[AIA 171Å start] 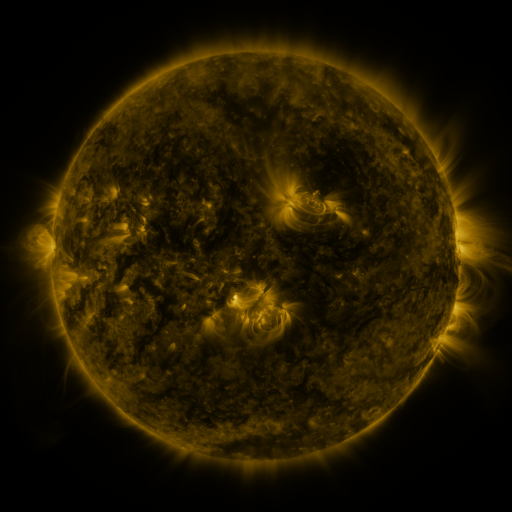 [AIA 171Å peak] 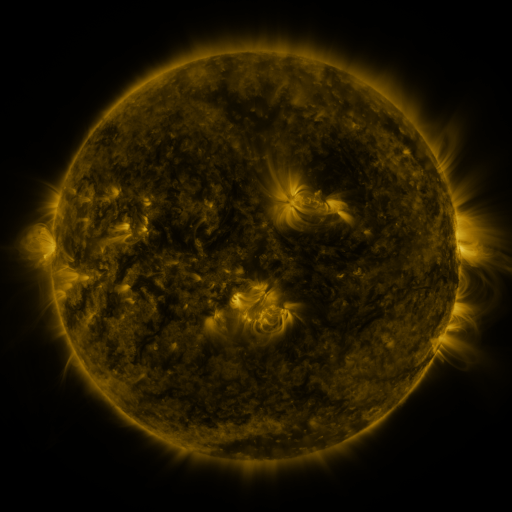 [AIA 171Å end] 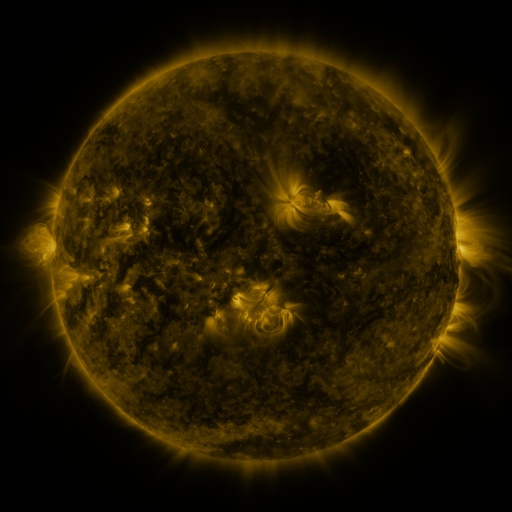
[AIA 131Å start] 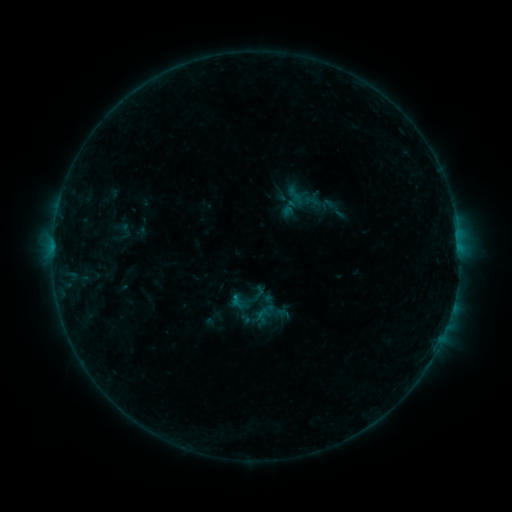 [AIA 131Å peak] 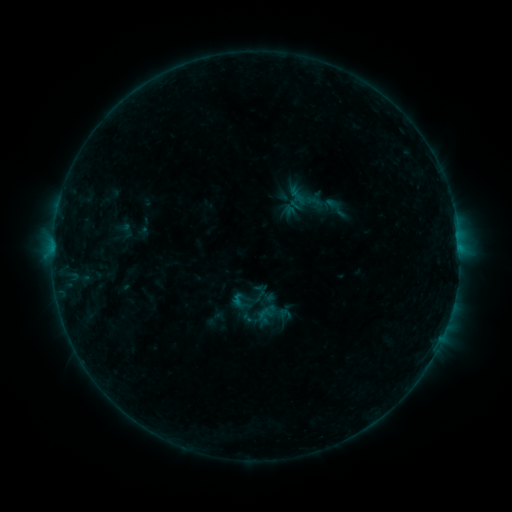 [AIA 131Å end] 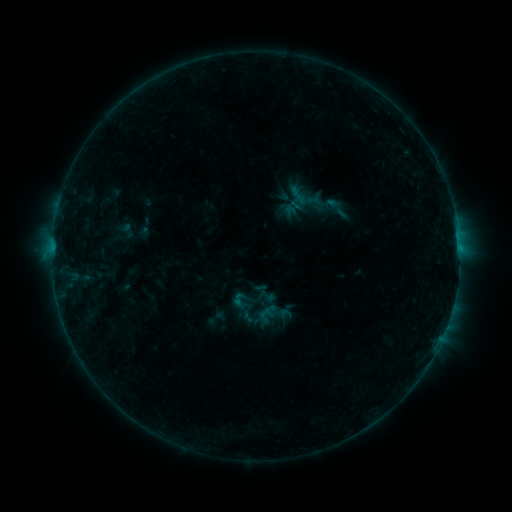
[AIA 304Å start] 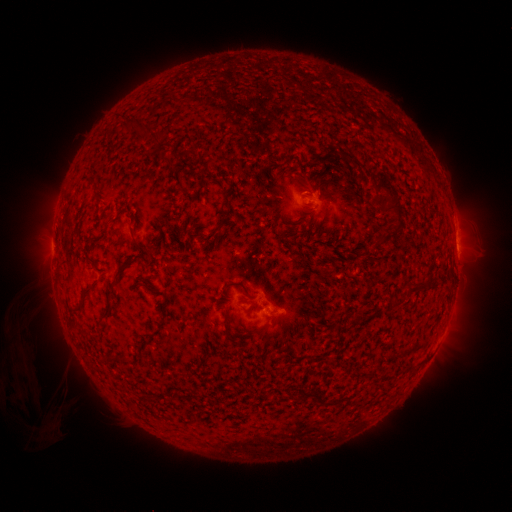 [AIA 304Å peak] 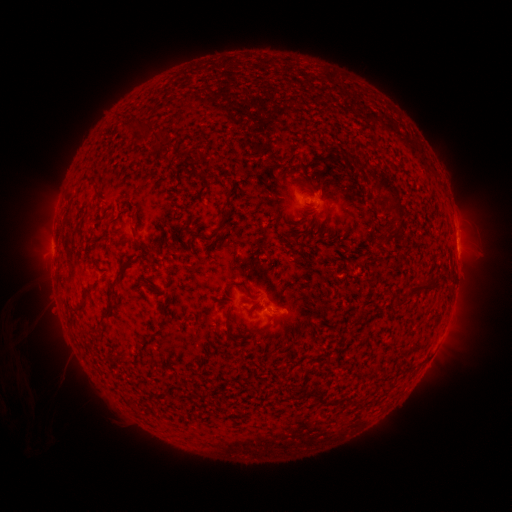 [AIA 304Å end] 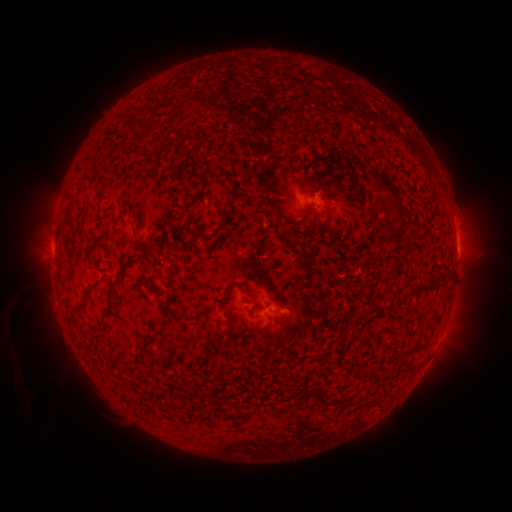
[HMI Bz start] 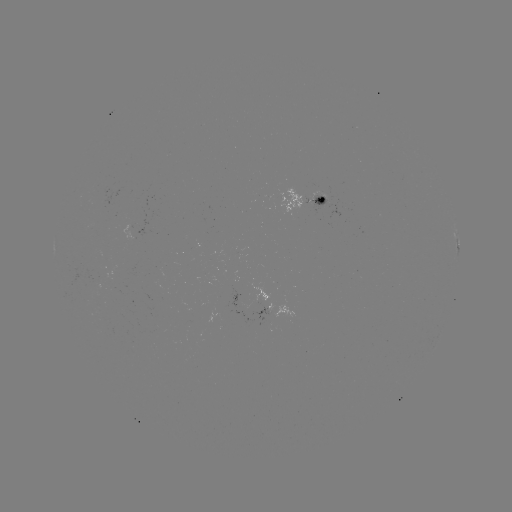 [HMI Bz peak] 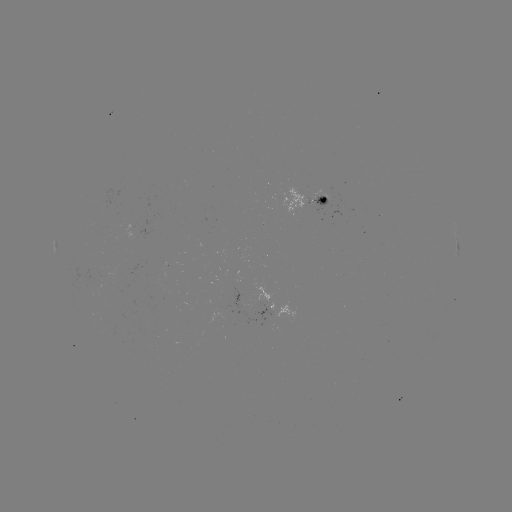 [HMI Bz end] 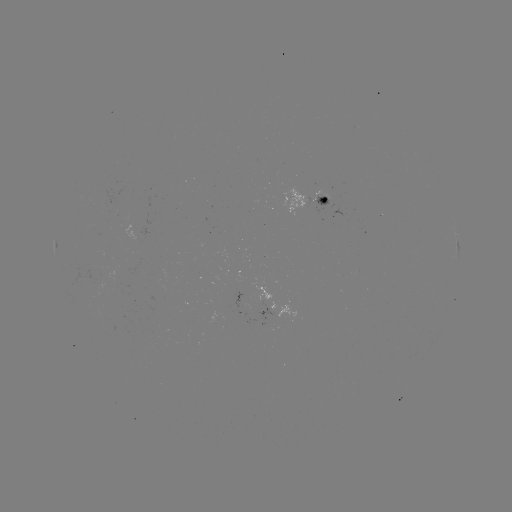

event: emerging-flux region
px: (237, 290)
